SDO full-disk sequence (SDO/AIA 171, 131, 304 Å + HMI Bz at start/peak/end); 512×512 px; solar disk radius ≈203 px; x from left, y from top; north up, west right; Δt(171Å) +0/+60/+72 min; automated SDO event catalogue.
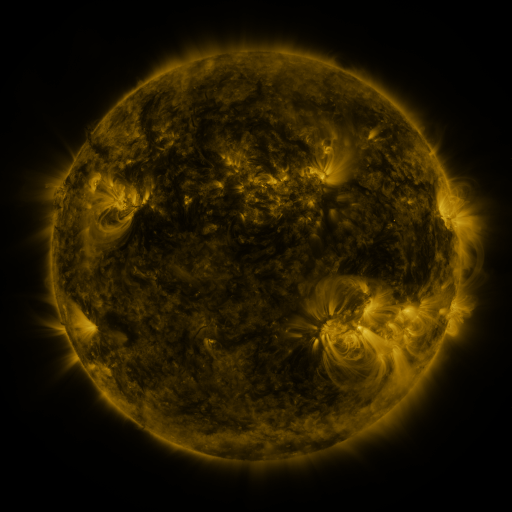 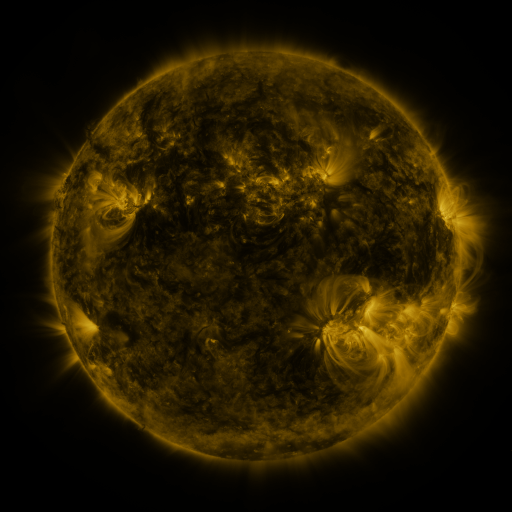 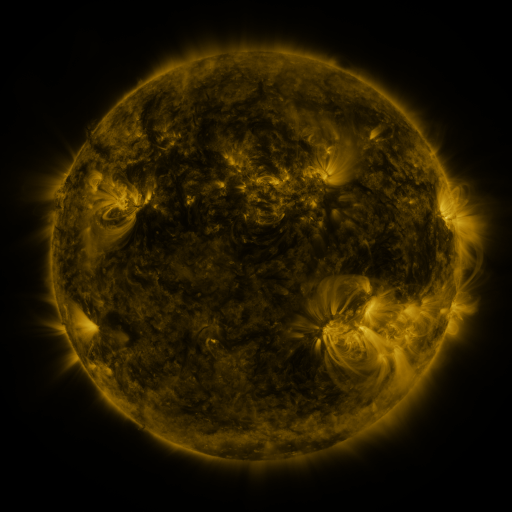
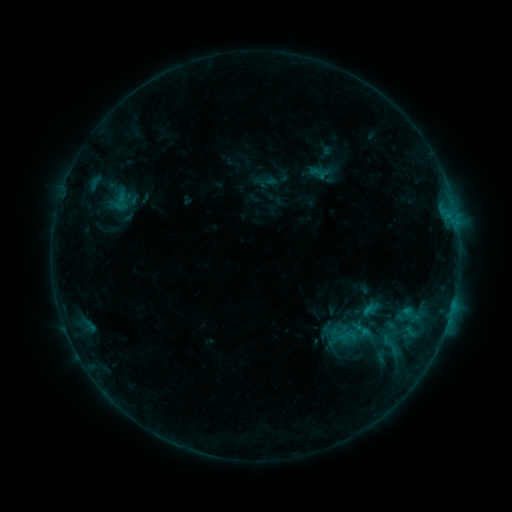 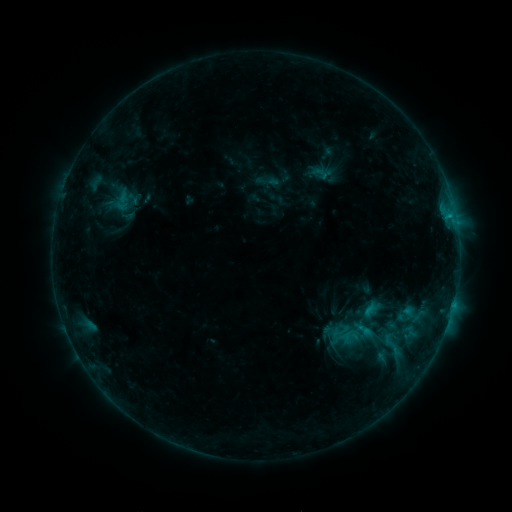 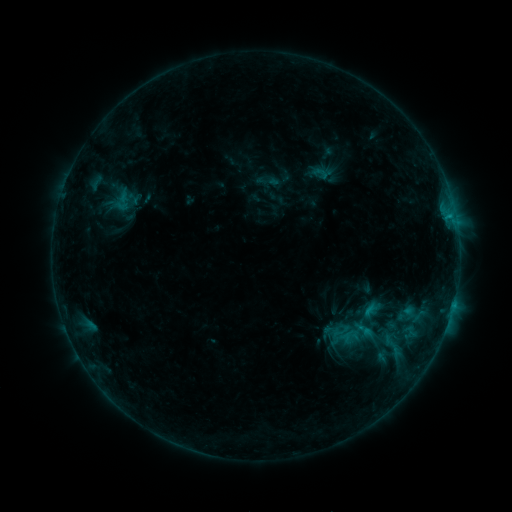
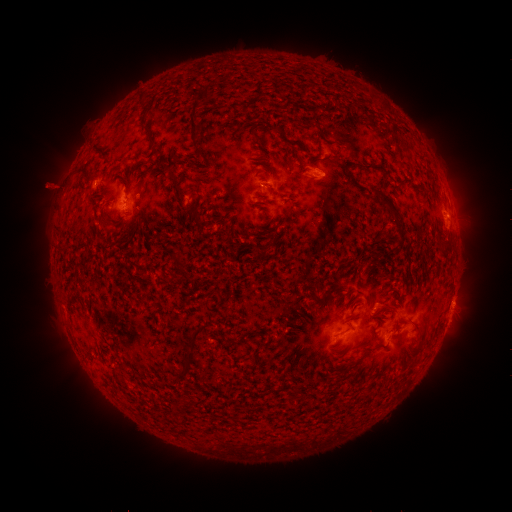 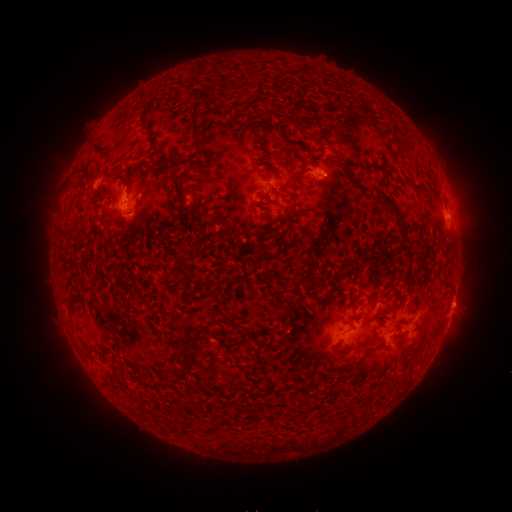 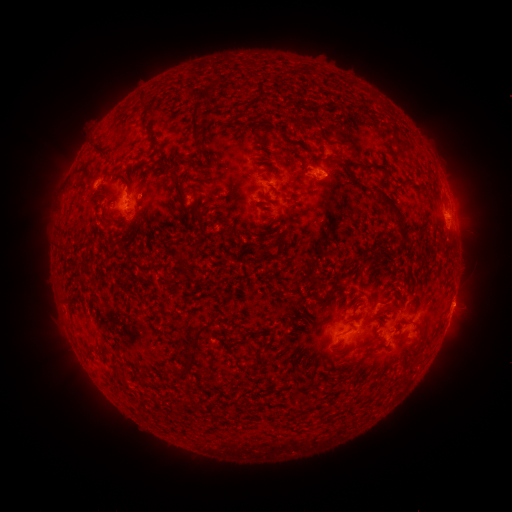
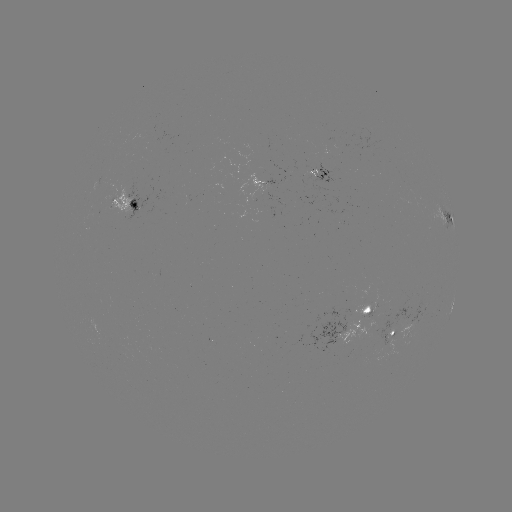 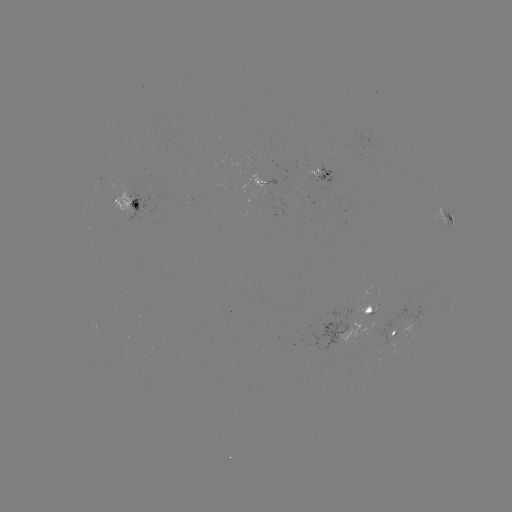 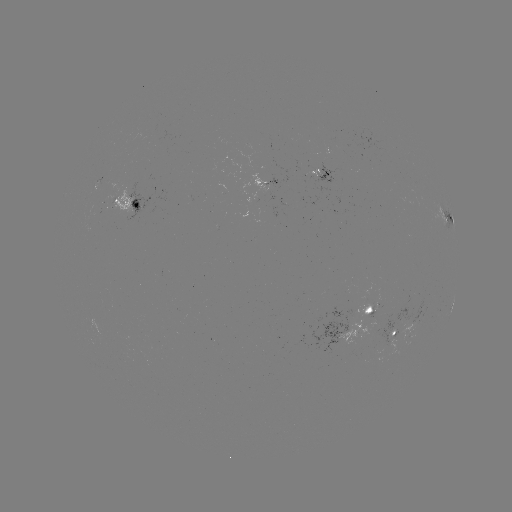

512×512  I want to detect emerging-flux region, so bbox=[306, 169, 320, 180].